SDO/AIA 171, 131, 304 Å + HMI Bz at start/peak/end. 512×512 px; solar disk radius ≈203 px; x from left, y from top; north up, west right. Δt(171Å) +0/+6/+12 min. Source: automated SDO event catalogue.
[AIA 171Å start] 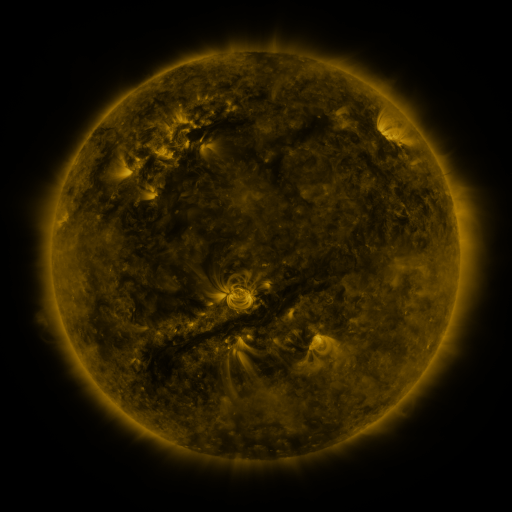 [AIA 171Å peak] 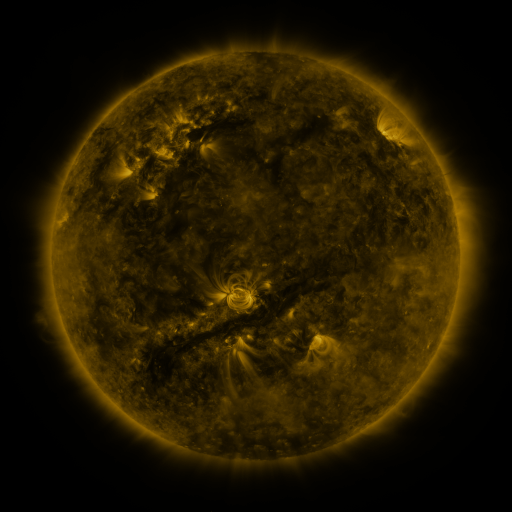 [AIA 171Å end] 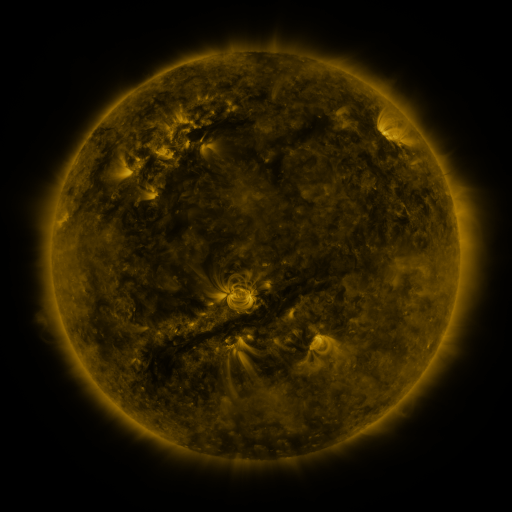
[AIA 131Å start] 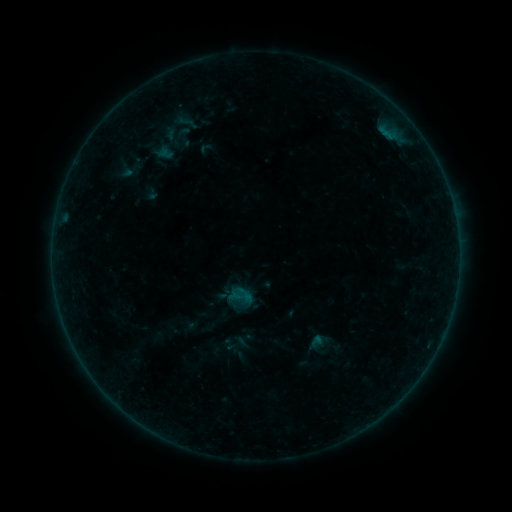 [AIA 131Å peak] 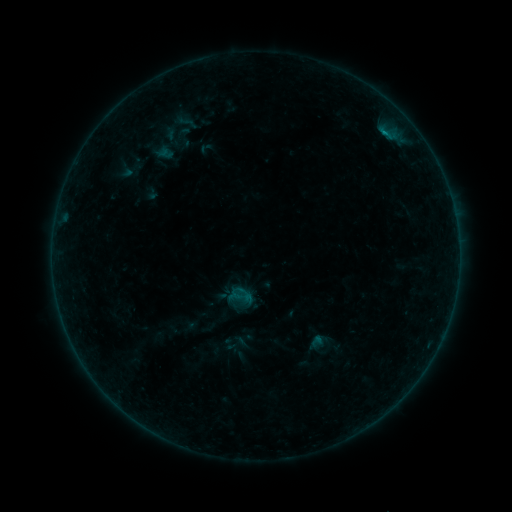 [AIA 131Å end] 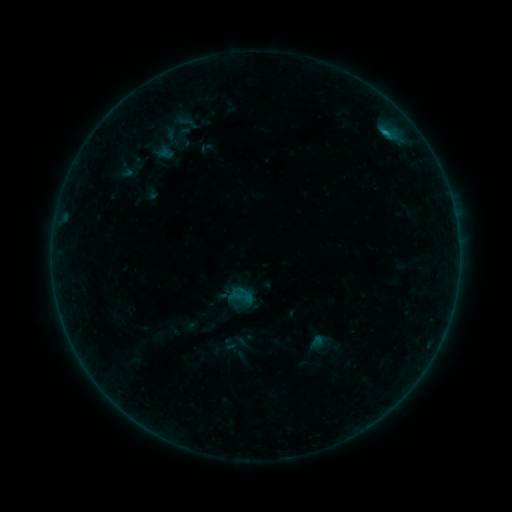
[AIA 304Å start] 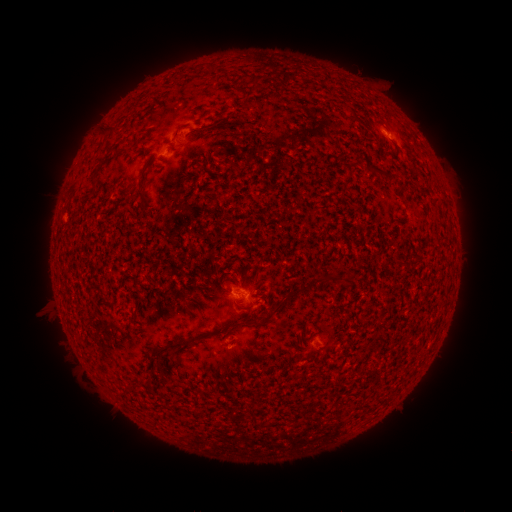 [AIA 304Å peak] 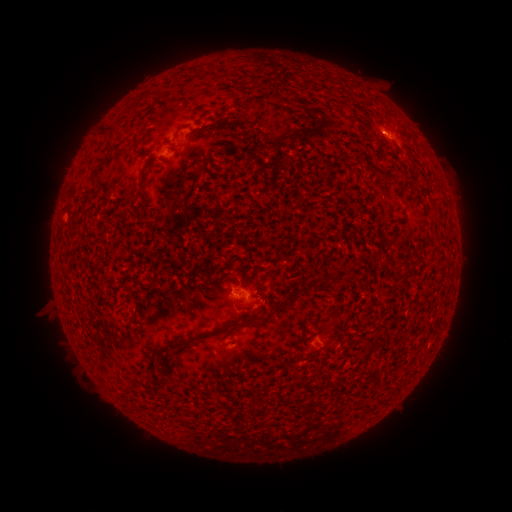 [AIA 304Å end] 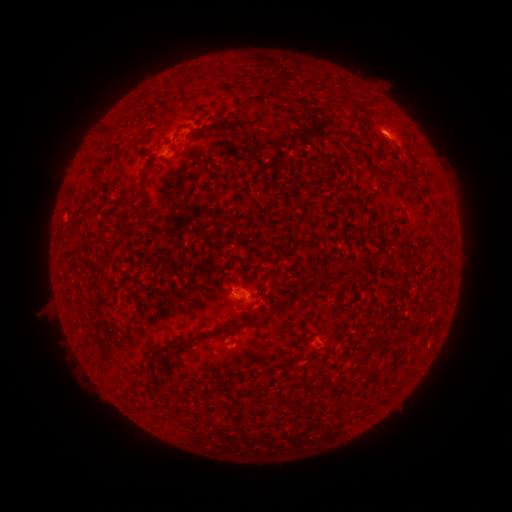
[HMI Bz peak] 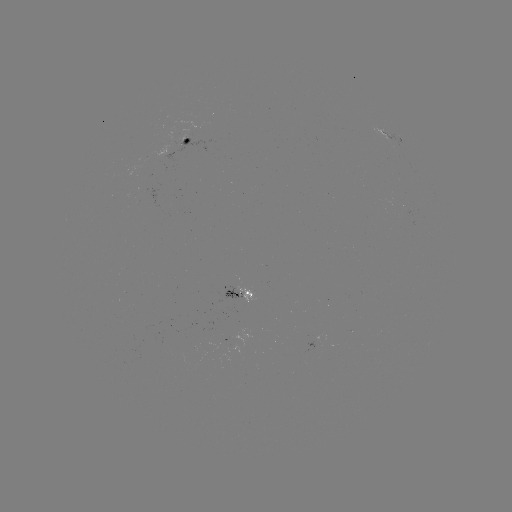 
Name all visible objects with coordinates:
B9.4 flare: (383, 135)
